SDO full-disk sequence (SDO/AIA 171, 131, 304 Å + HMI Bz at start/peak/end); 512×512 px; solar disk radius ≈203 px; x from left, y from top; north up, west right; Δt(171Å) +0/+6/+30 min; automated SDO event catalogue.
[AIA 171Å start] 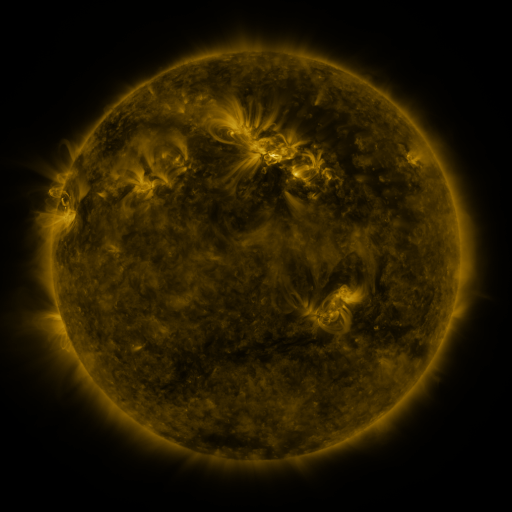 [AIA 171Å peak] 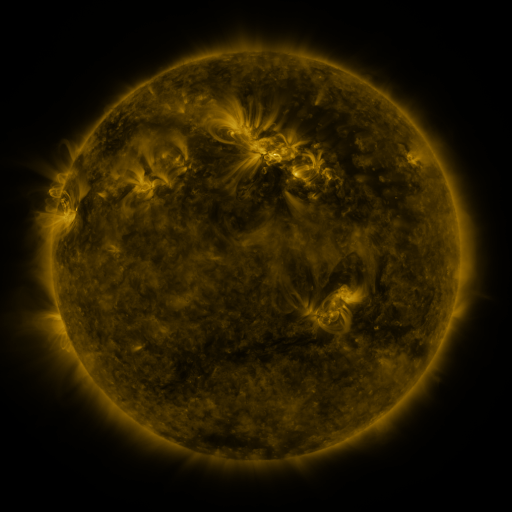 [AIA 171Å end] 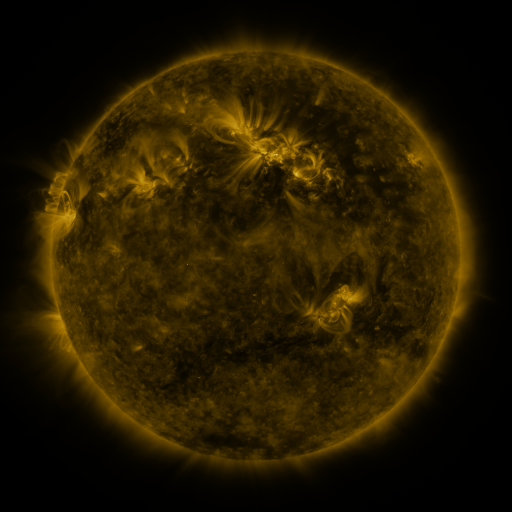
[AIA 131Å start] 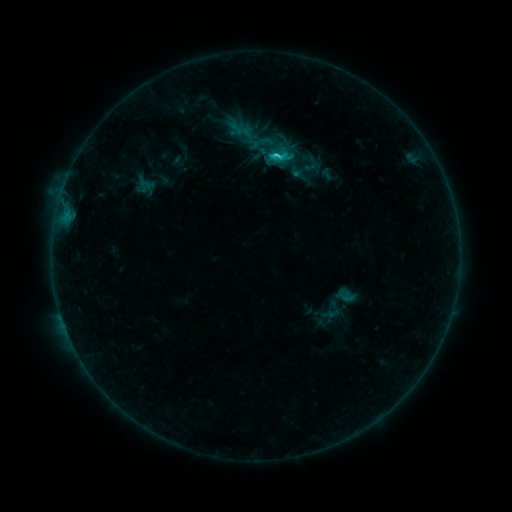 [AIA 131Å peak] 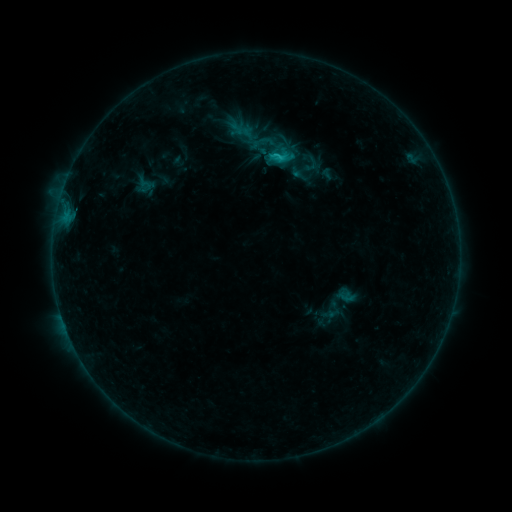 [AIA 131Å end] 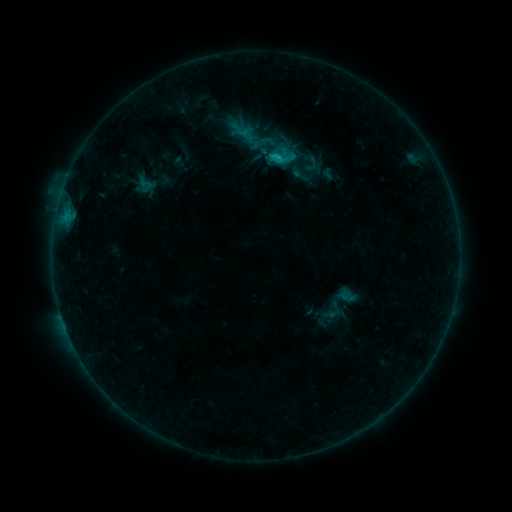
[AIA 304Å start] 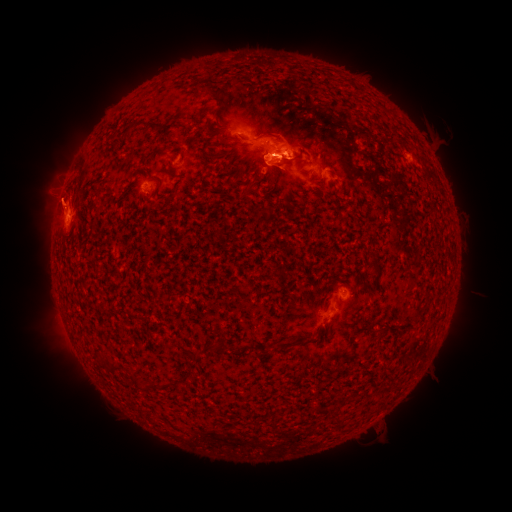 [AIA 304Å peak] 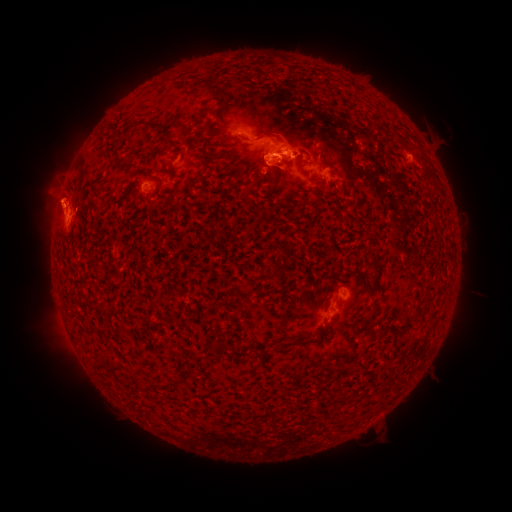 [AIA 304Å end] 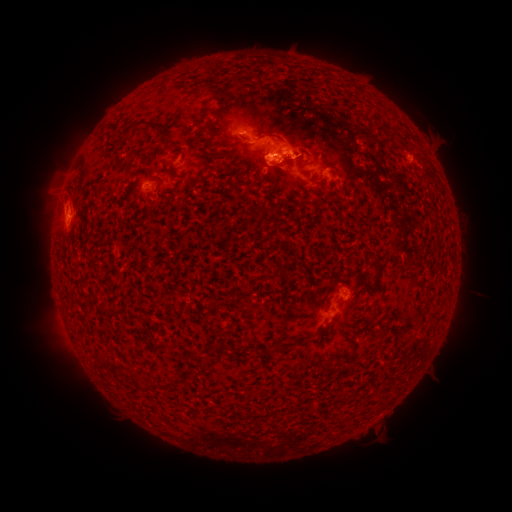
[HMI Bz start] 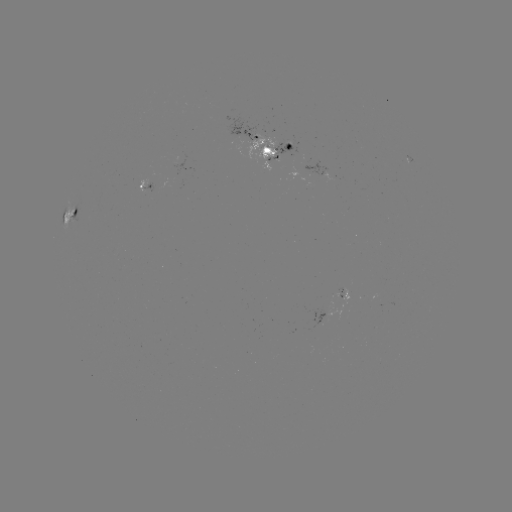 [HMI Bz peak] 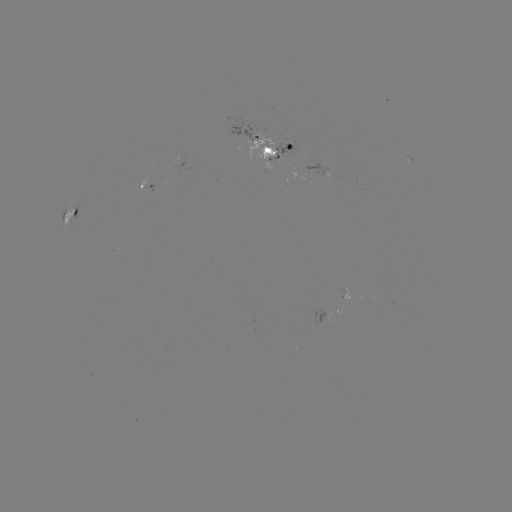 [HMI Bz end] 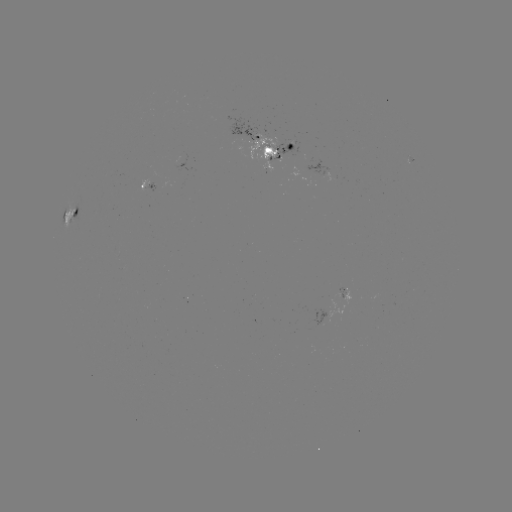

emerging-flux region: (254, 146, 276, 161)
